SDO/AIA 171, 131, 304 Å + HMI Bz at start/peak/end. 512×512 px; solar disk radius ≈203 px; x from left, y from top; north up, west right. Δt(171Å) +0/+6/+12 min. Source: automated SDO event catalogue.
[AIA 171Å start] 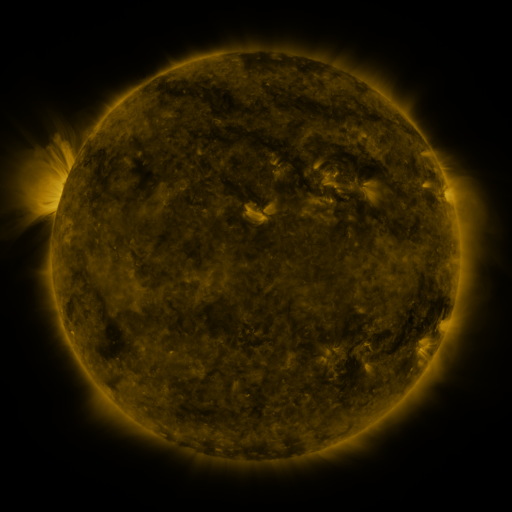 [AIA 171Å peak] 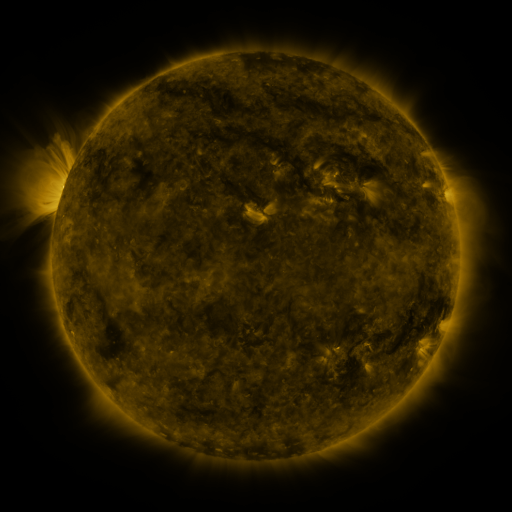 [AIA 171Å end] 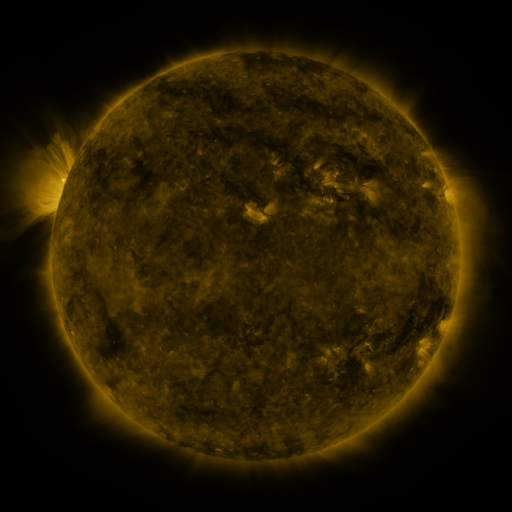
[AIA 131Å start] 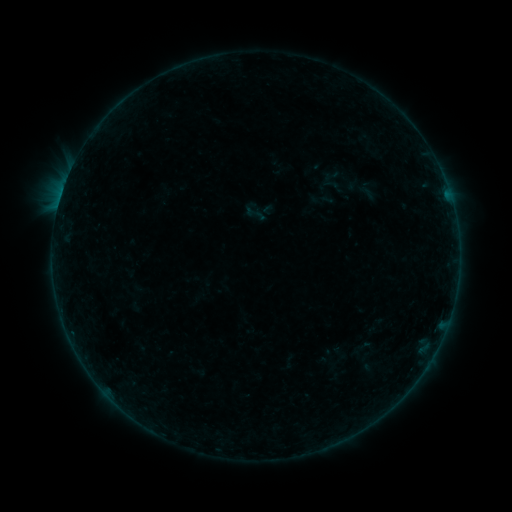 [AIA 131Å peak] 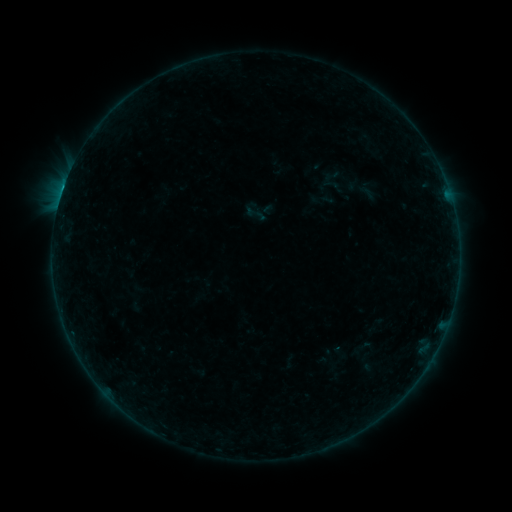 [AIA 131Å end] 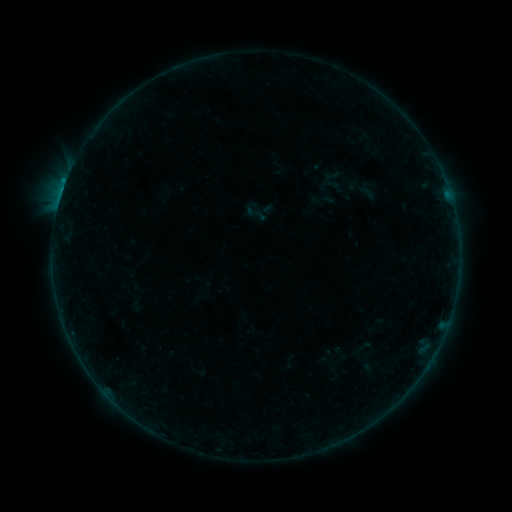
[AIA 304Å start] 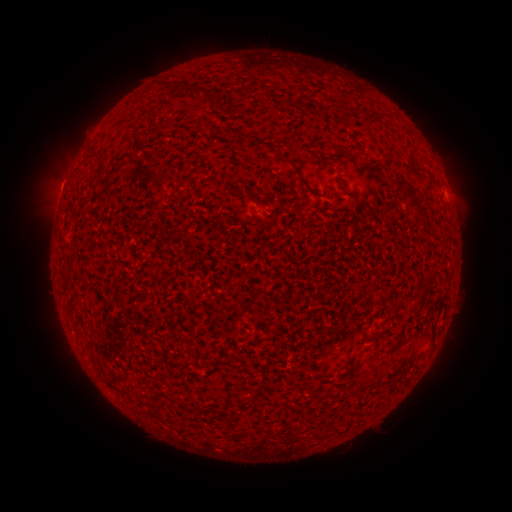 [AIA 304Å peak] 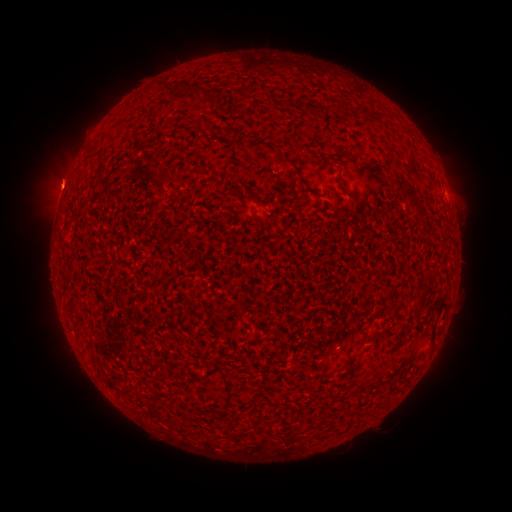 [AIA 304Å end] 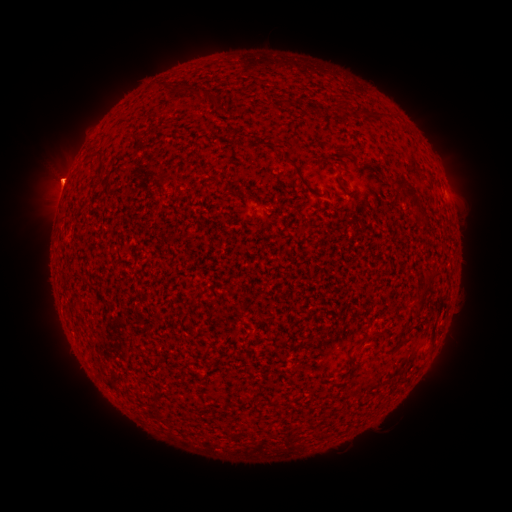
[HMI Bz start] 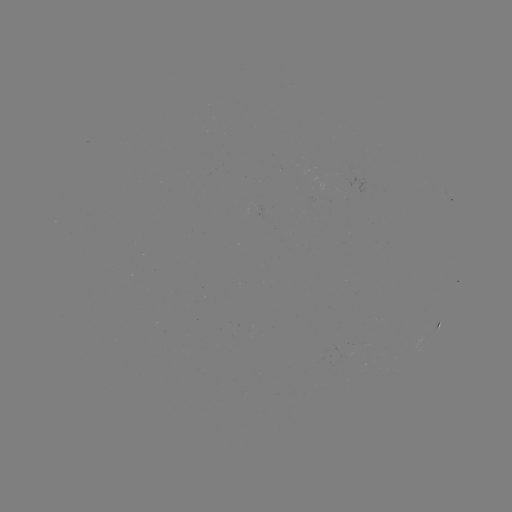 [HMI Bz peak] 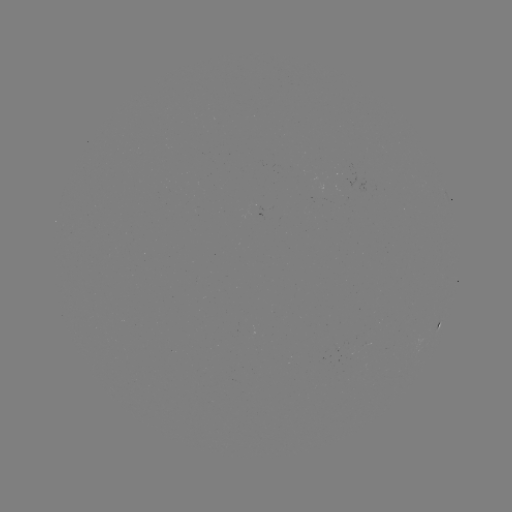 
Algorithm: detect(B2.9 flare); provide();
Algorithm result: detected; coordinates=(65, 187)